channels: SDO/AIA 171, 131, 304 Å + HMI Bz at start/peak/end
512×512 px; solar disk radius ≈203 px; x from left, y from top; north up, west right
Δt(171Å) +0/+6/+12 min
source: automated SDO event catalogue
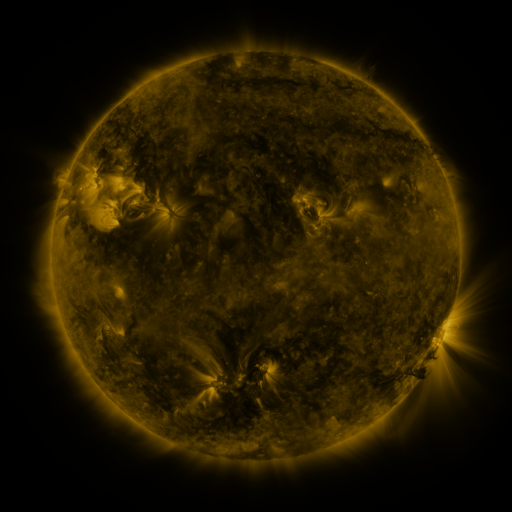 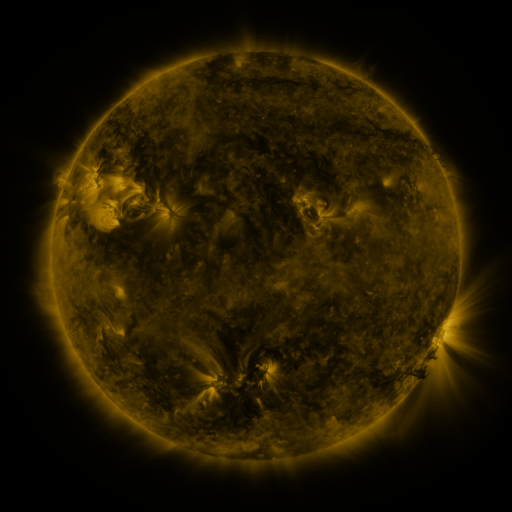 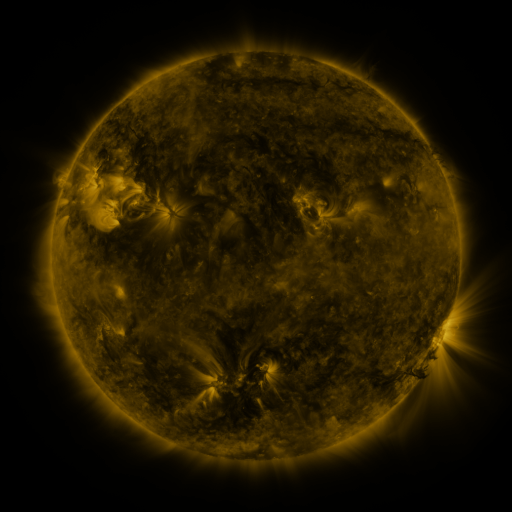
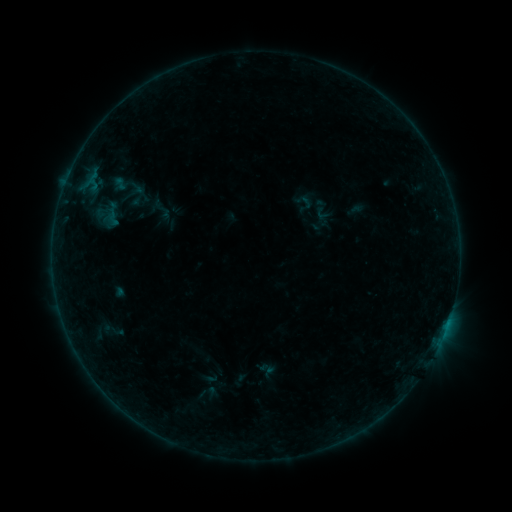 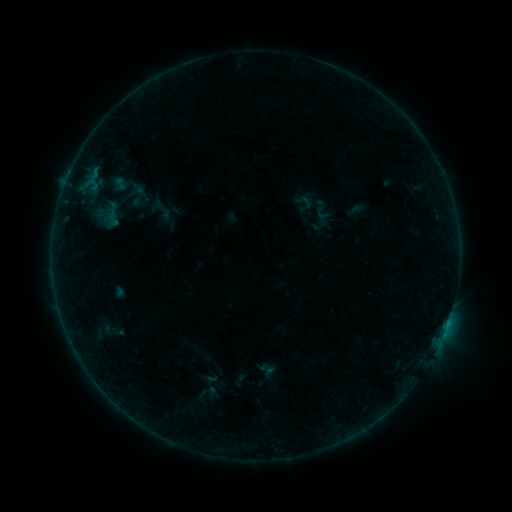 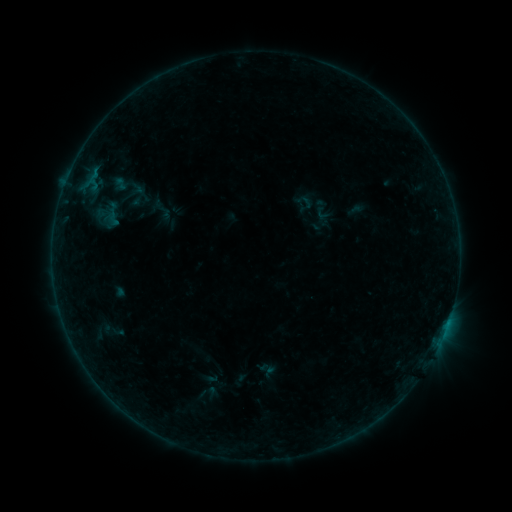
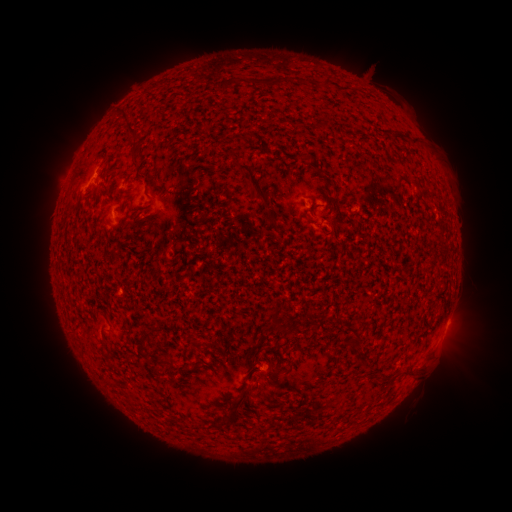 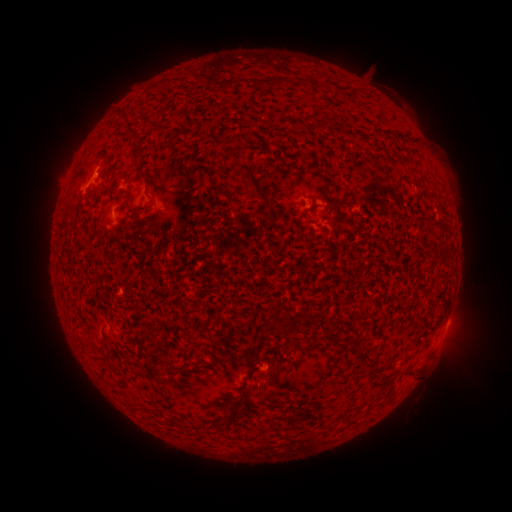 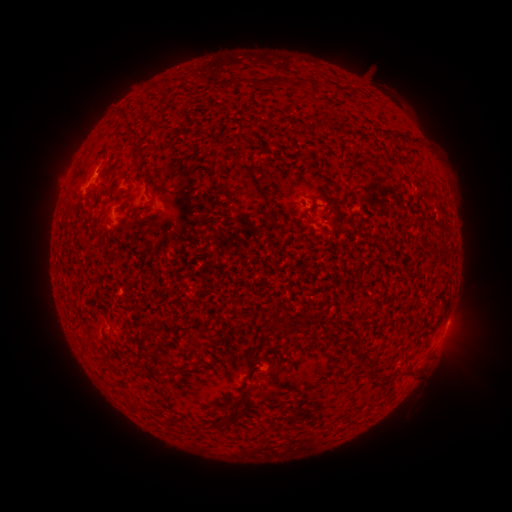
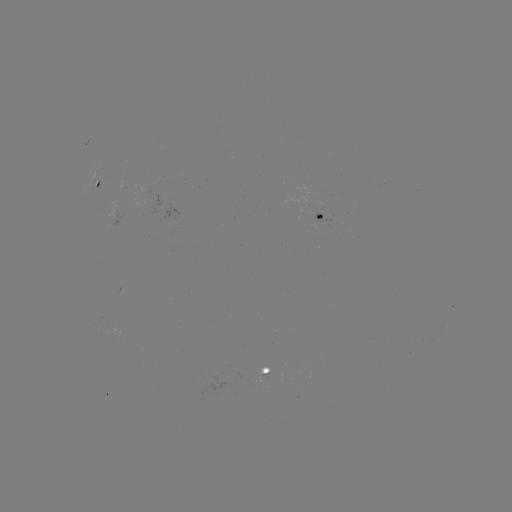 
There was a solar flare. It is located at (99, 175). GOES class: B1.6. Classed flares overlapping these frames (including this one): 1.